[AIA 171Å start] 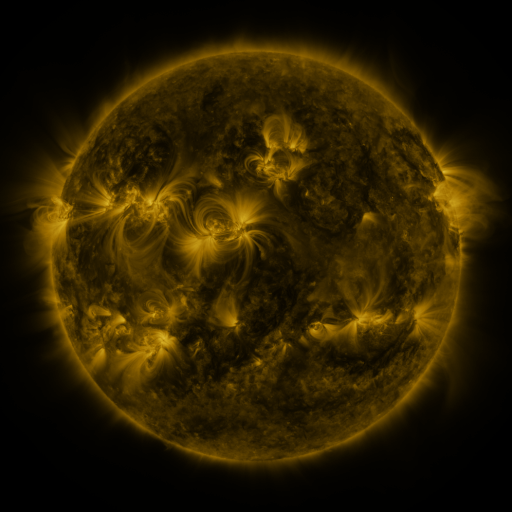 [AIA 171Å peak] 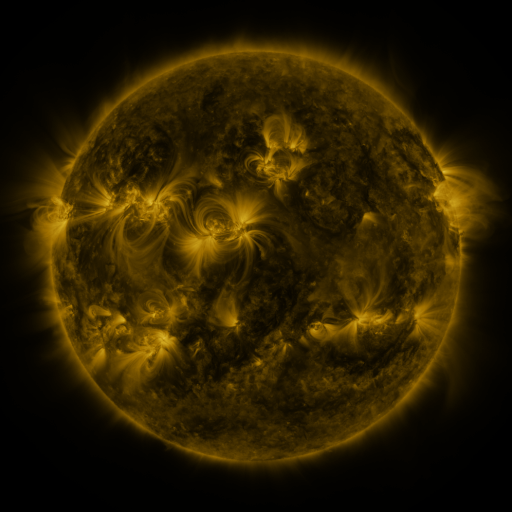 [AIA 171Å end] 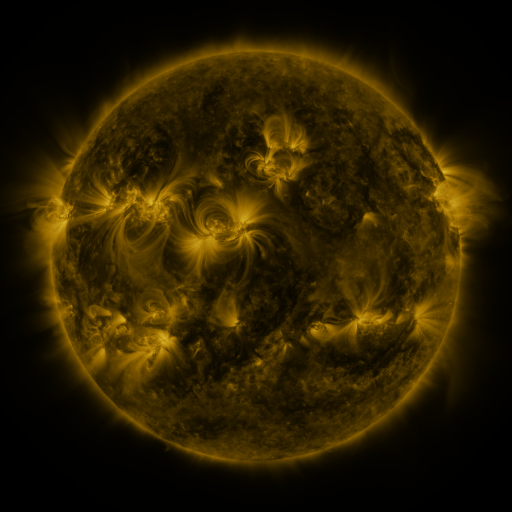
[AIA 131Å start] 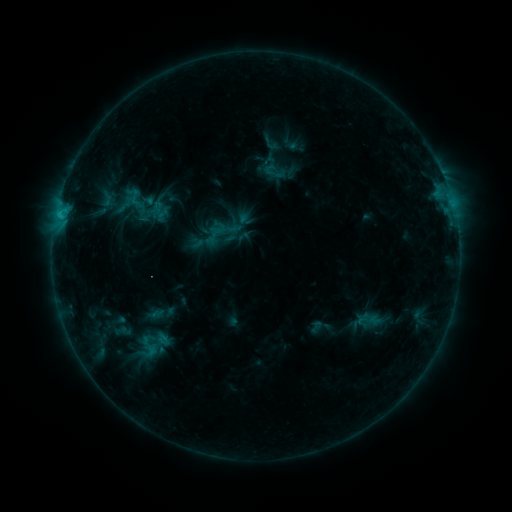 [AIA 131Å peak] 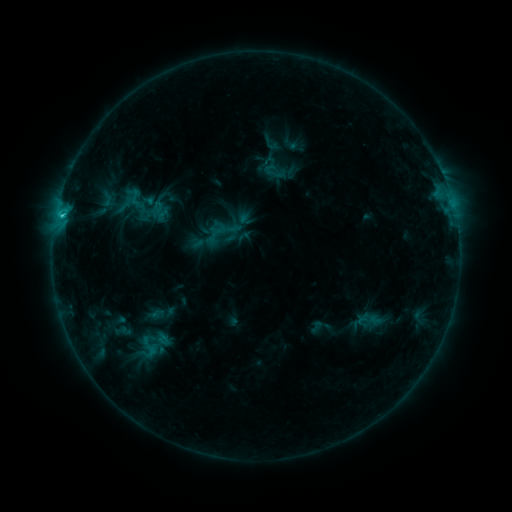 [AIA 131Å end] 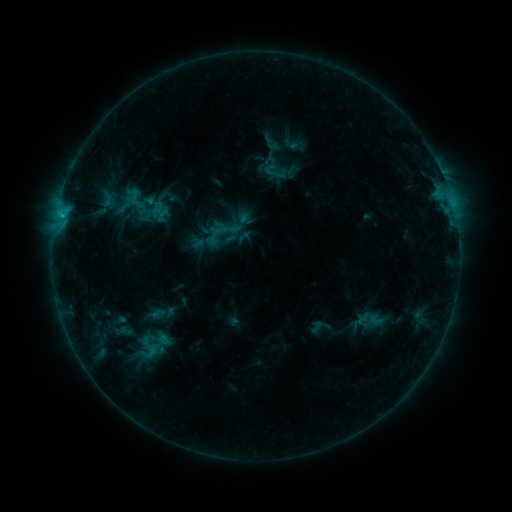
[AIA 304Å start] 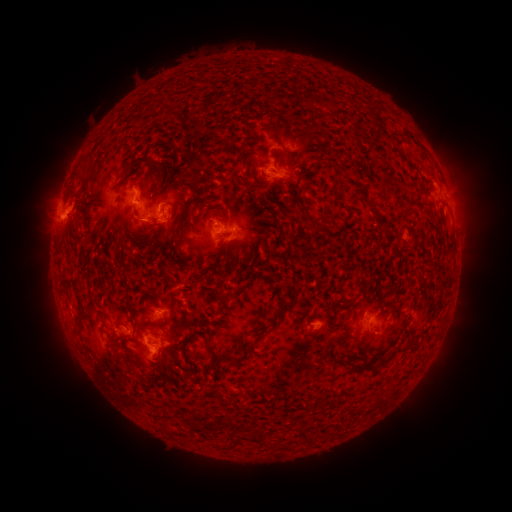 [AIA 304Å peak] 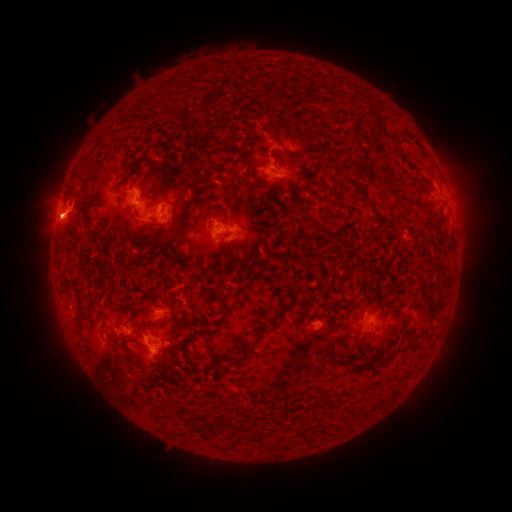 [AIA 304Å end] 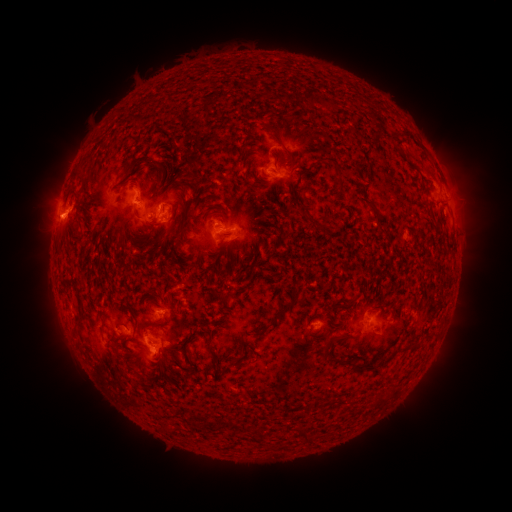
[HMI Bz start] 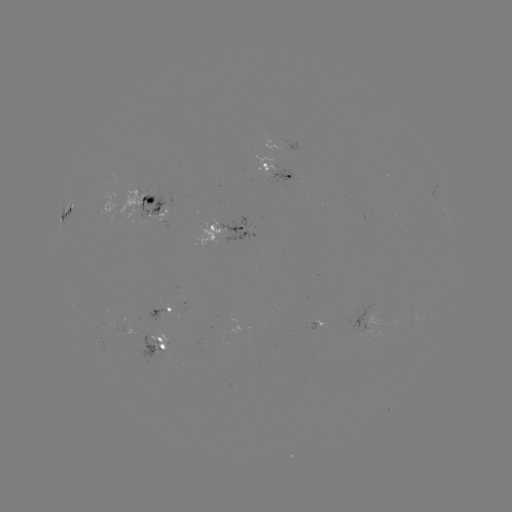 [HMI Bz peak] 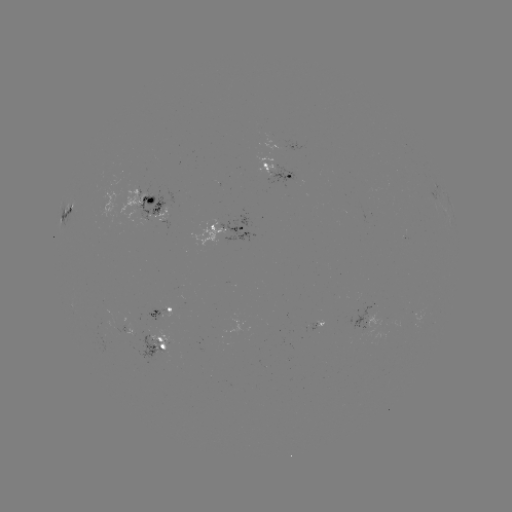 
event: flare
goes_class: C1.8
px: (63, 218)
